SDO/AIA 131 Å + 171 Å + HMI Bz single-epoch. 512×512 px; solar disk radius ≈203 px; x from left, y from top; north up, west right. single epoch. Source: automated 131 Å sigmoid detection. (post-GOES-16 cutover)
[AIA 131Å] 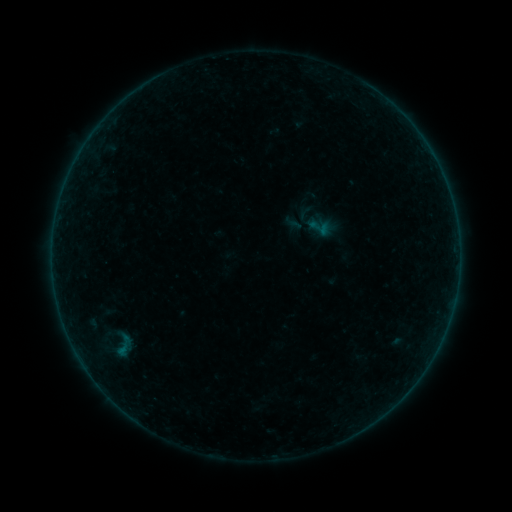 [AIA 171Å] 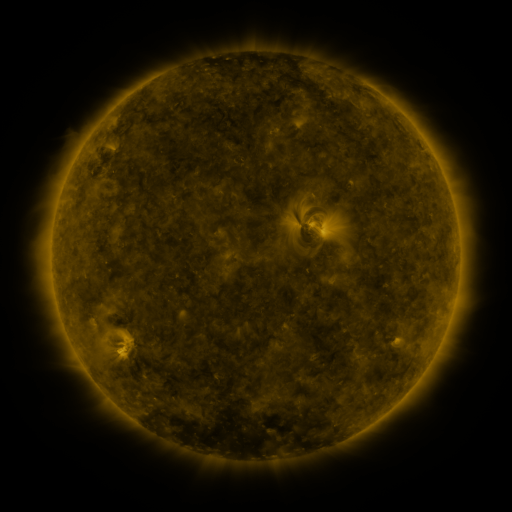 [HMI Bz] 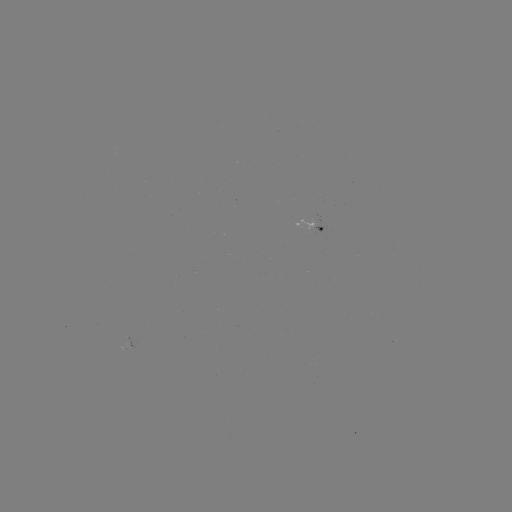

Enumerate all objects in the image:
sigmoid: (319, 227)
